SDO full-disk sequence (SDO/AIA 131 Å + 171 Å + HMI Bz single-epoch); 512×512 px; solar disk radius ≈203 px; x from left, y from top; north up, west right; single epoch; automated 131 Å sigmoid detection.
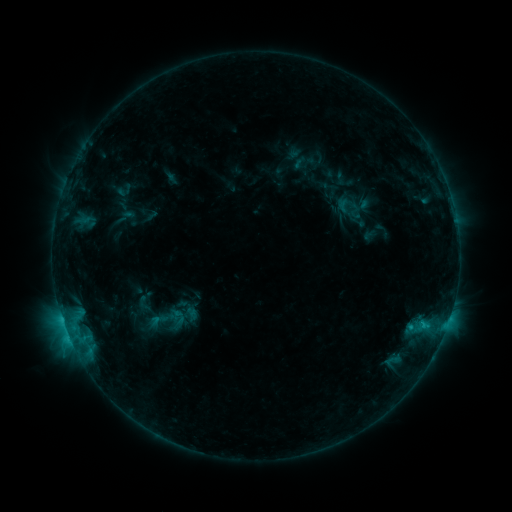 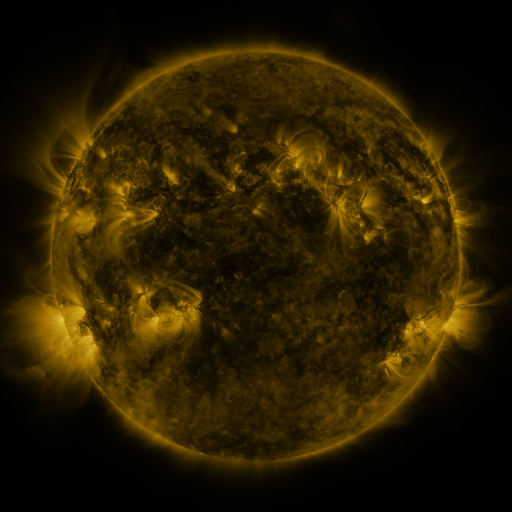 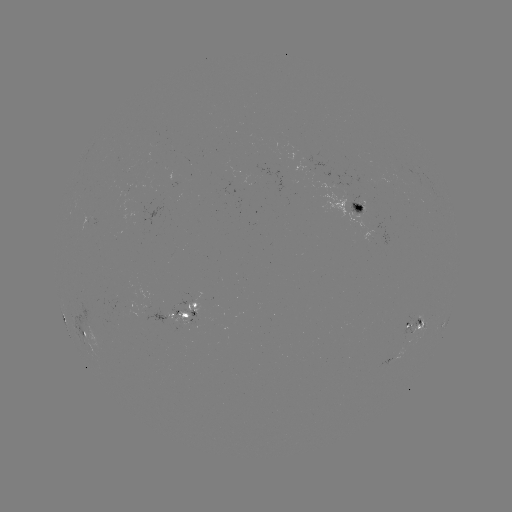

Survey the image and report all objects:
sigmoid: [345, 202, 365, 220]
sigmoid: [139, 298, 194, 340]
